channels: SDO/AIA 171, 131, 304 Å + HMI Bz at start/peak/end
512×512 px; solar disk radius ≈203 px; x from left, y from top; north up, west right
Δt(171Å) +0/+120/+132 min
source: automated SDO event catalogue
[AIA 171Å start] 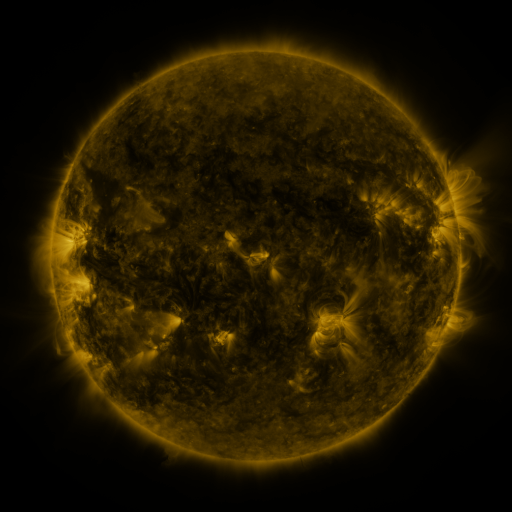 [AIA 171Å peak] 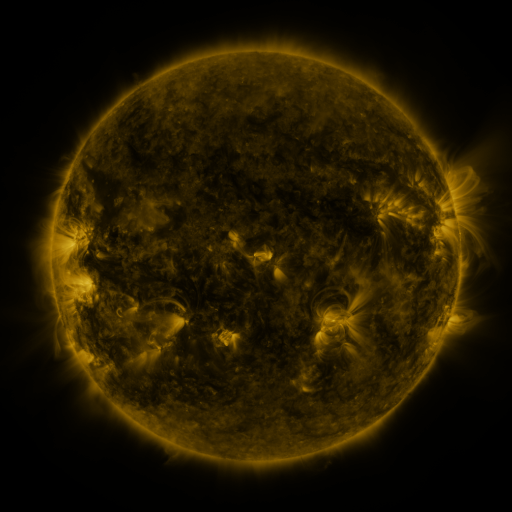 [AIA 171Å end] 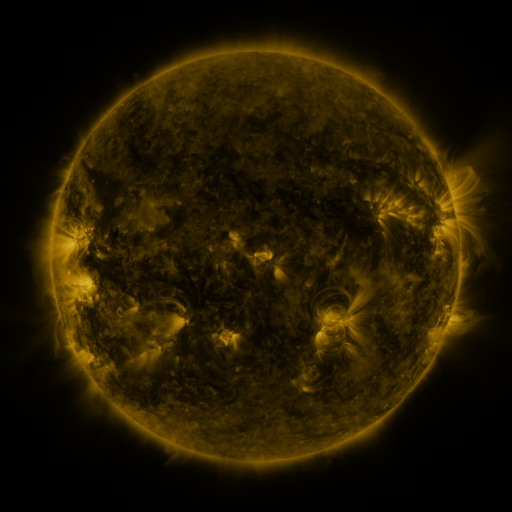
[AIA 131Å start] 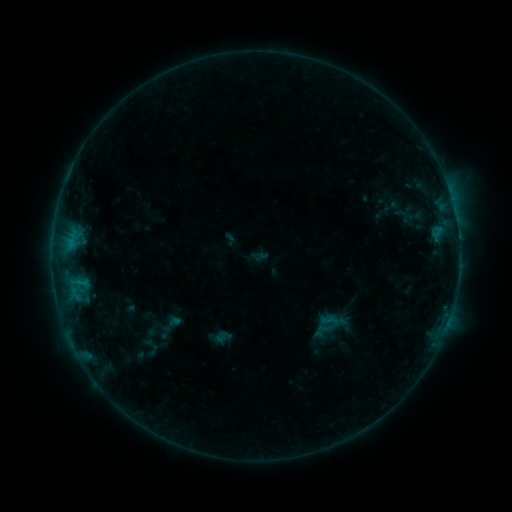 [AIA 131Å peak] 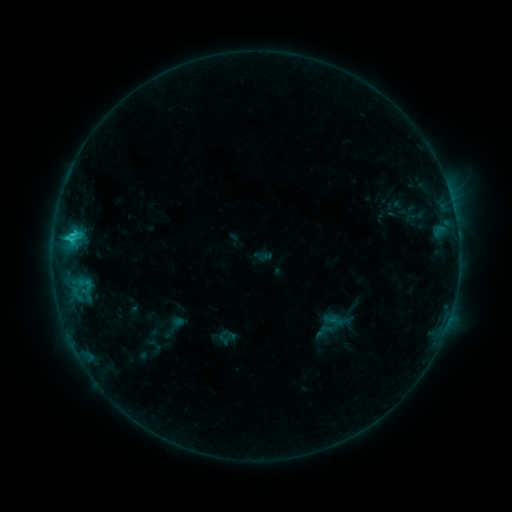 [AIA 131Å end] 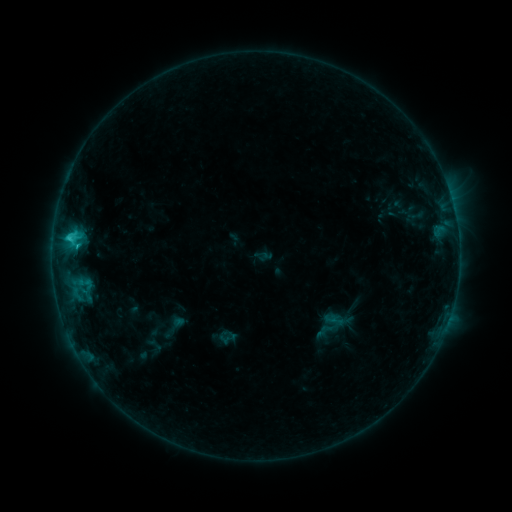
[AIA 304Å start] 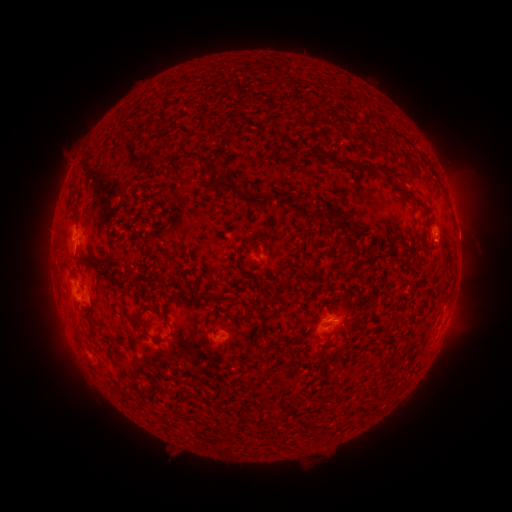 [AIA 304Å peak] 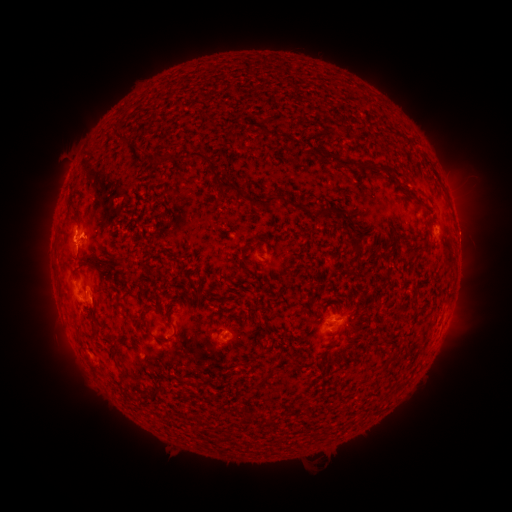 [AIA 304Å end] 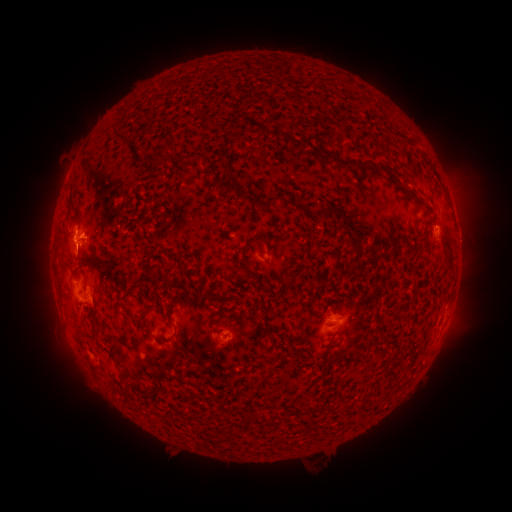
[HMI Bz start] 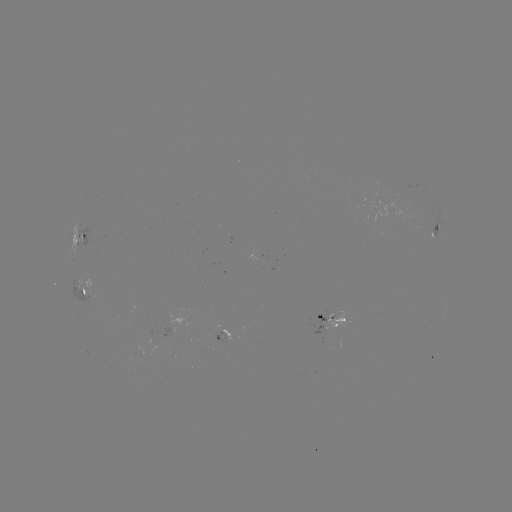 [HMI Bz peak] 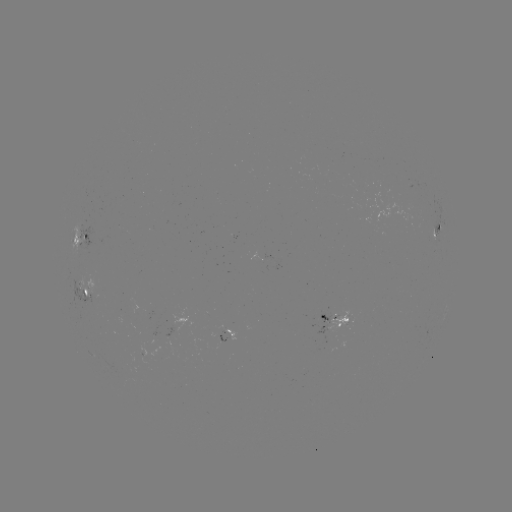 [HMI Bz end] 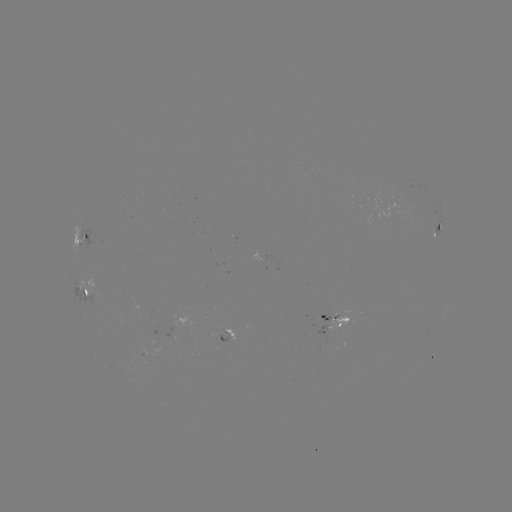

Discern emerging-flux region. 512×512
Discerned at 93,296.